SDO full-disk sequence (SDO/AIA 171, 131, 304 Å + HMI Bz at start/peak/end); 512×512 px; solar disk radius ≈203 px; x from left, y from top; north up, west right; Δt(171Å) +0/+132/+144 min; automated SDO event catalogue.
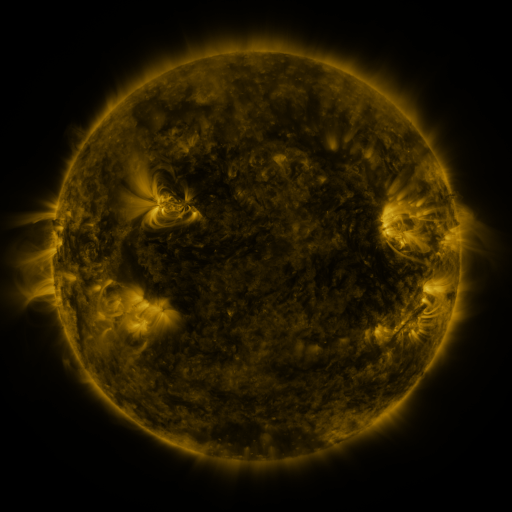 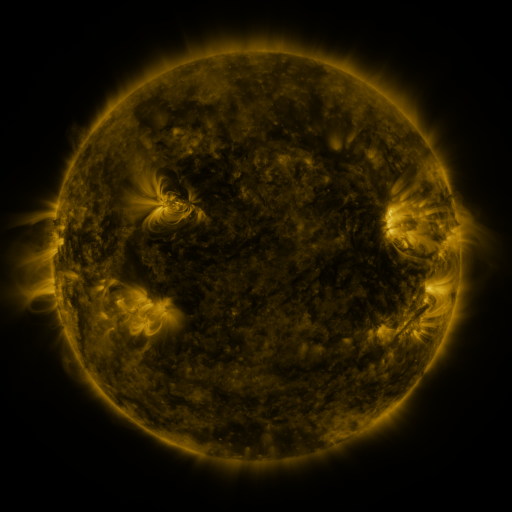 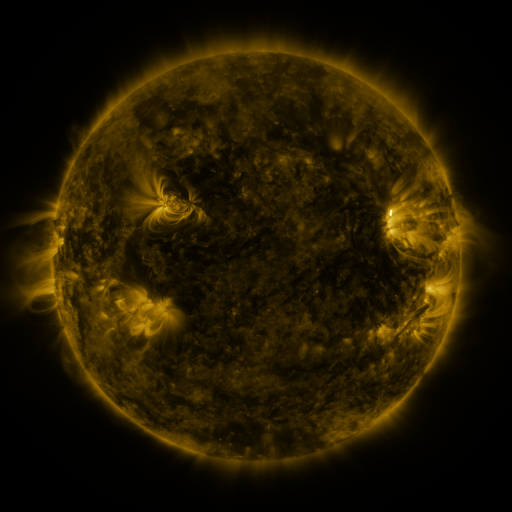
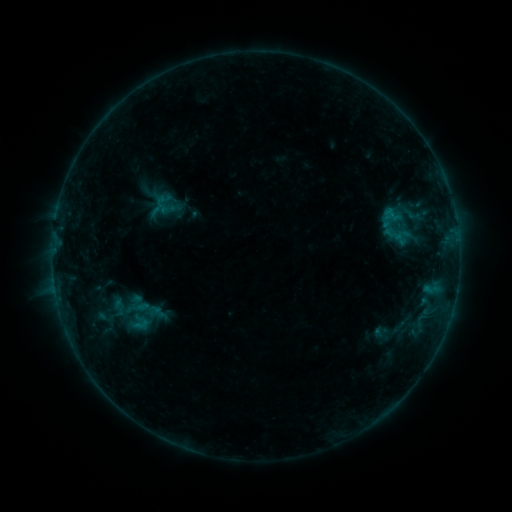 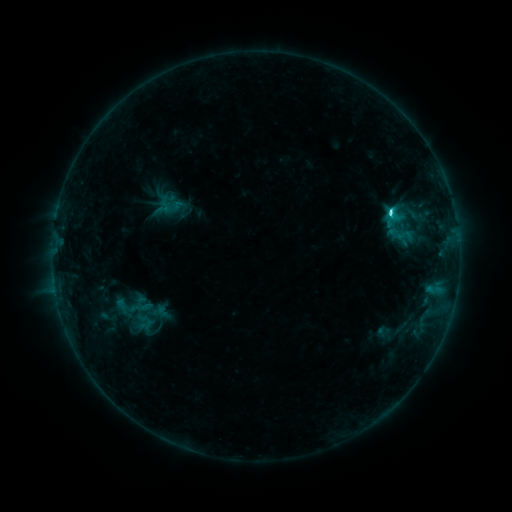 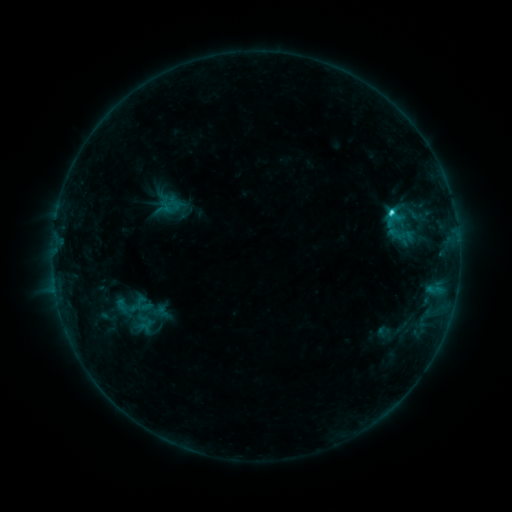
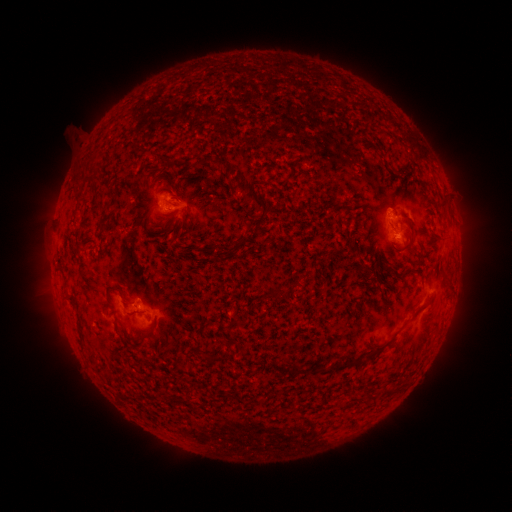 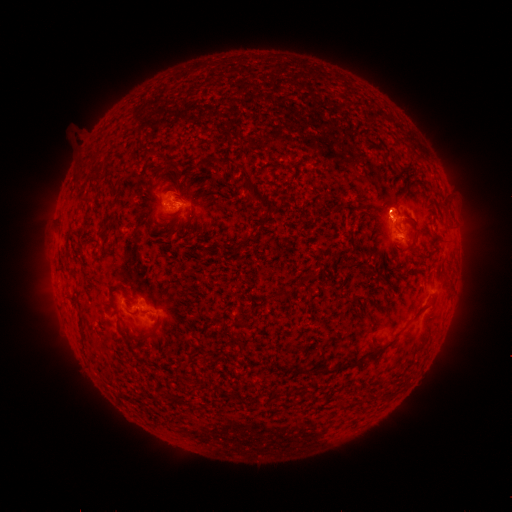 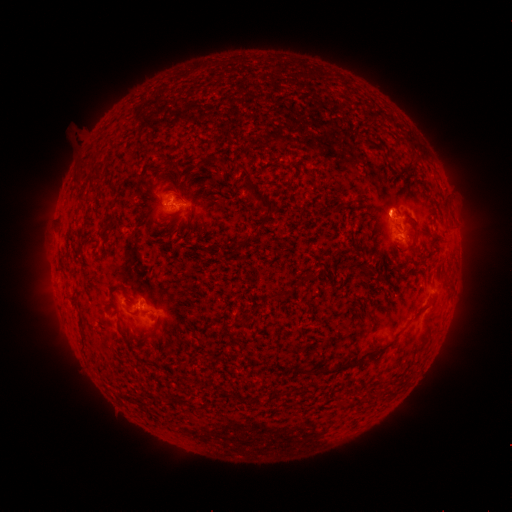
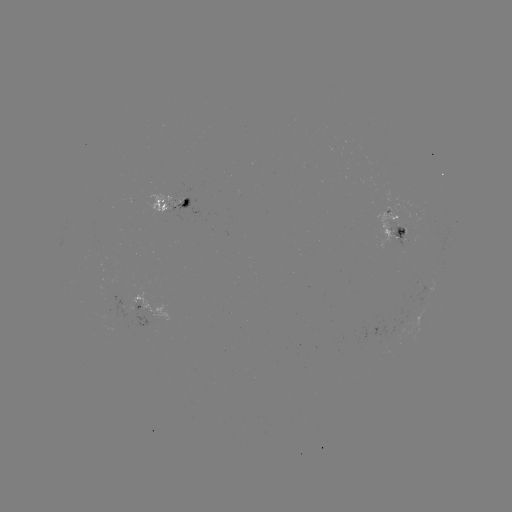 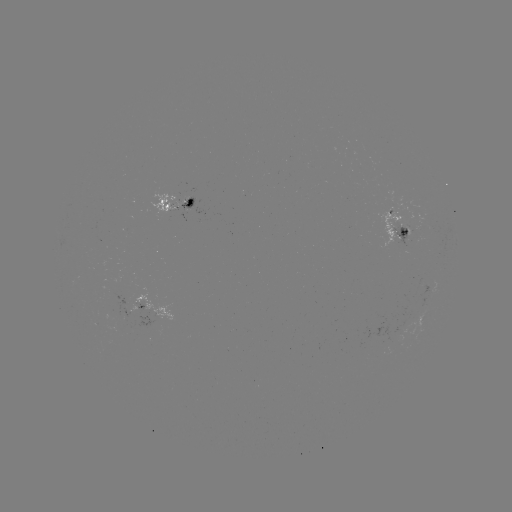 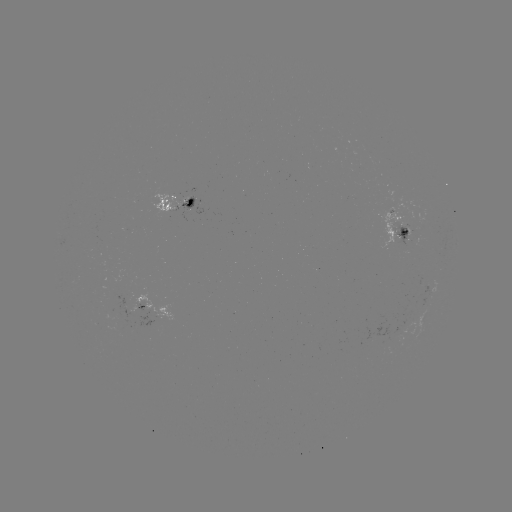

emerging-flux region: <bbox>392, 224, 407, 247</bbox>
